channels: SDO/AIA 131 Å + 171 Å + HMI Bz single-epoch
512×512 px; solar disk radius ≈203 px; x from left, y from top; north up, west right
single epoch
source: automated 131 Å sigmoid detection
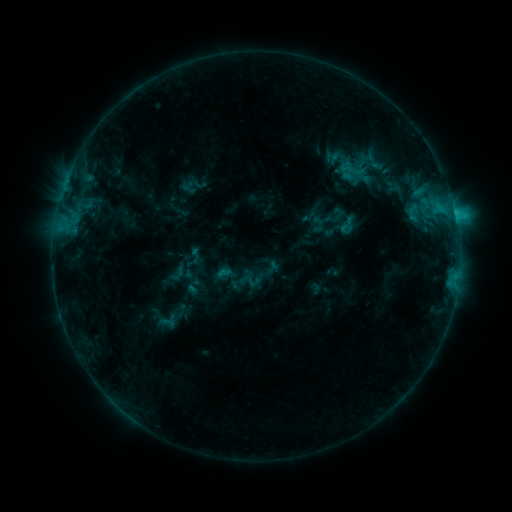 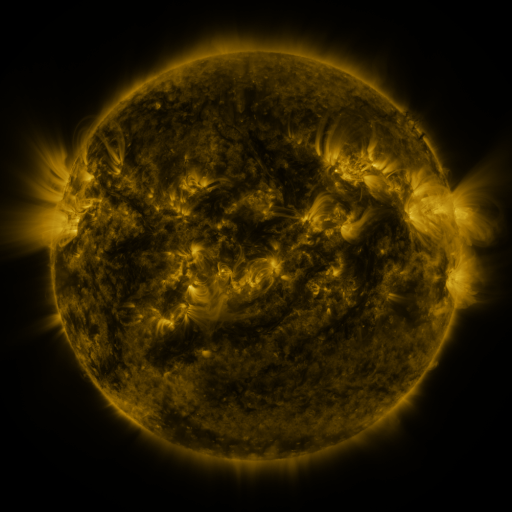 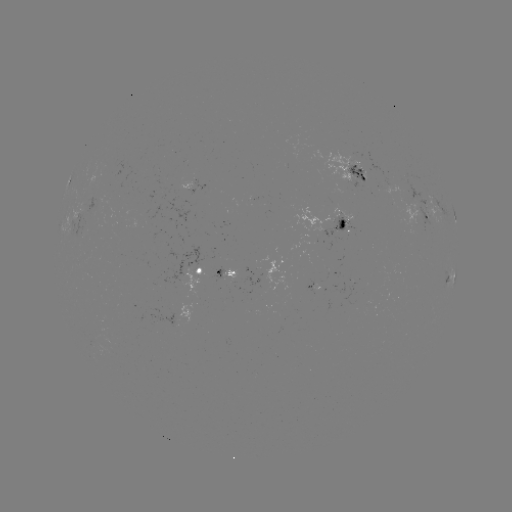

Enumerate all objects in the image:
sigmoid: <bbox>332, 152, 376, 187</bbox>
sigmoid: <bbox>213, 255, 252, 292</bbox>
